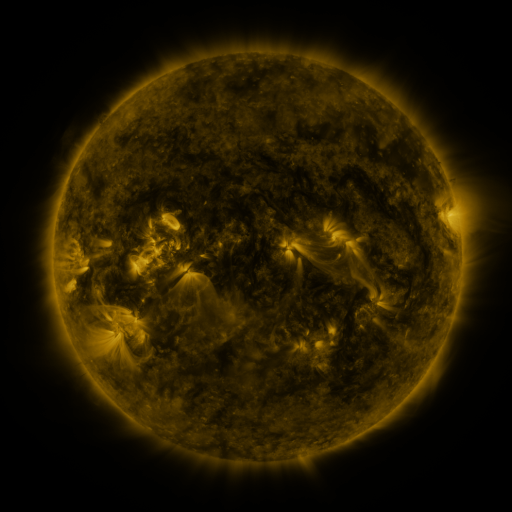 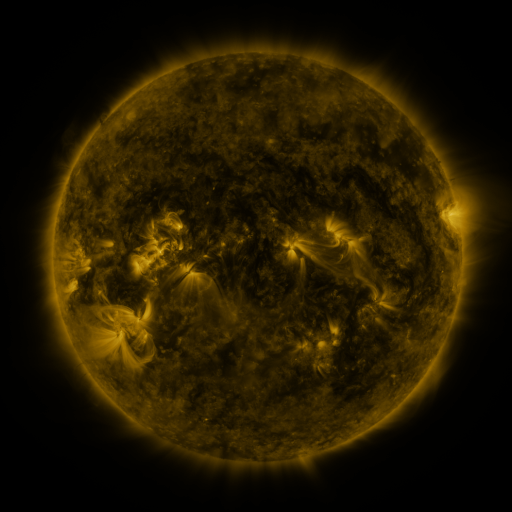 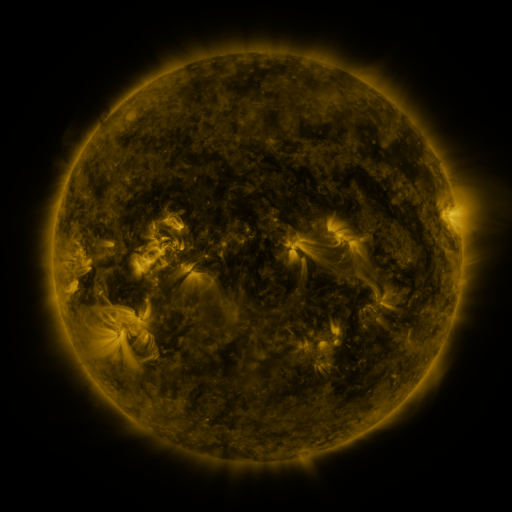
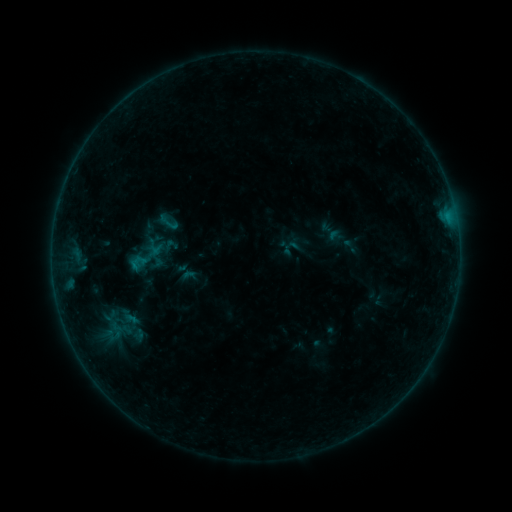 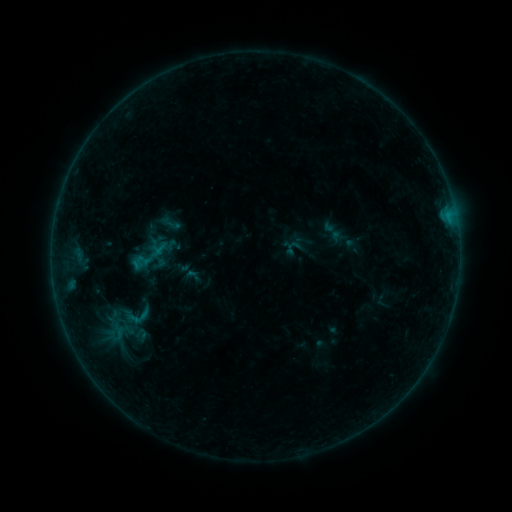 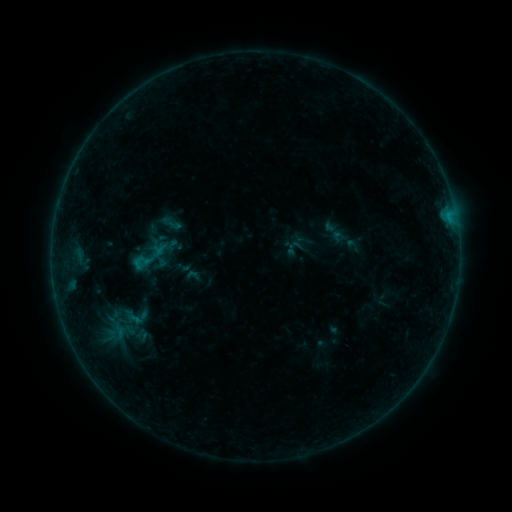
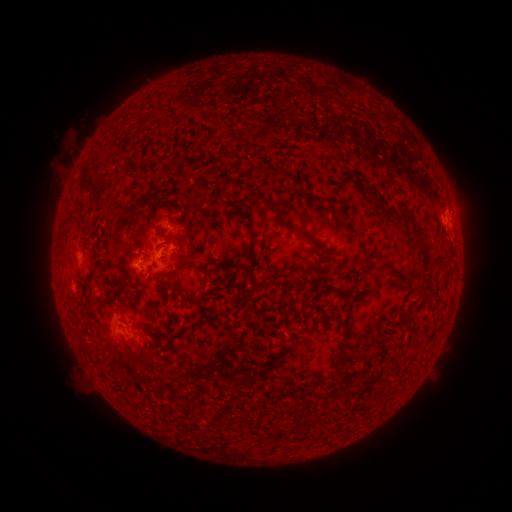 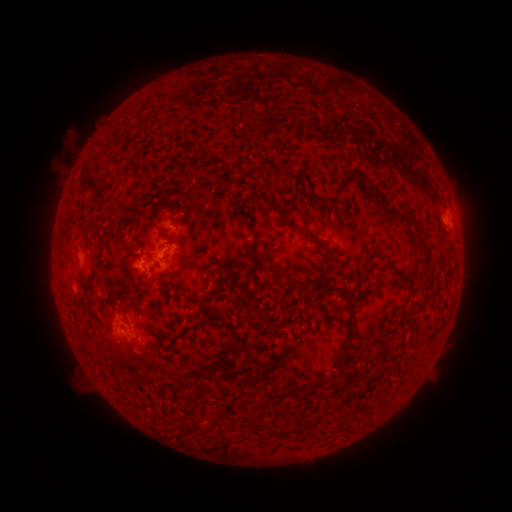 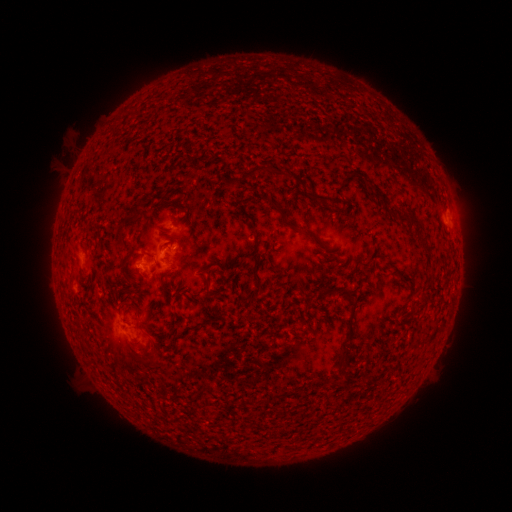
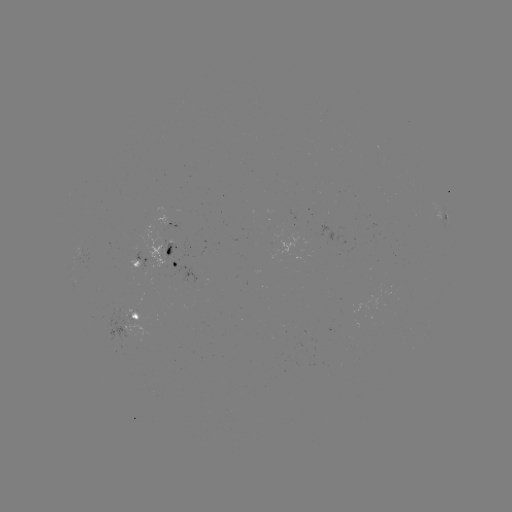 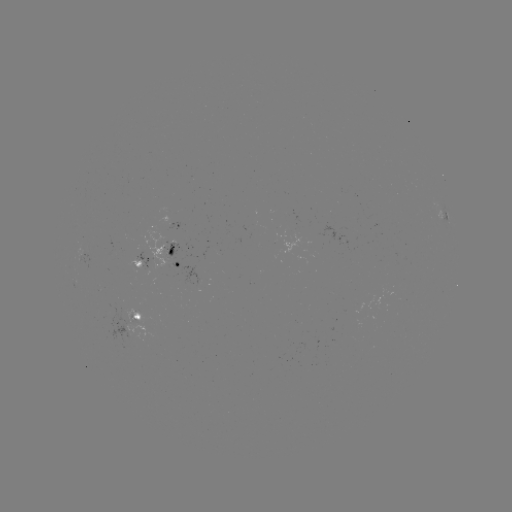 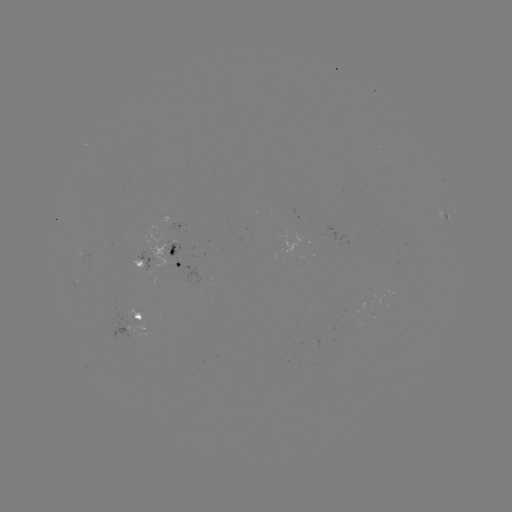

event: emerging-flux region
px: (136, 264)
